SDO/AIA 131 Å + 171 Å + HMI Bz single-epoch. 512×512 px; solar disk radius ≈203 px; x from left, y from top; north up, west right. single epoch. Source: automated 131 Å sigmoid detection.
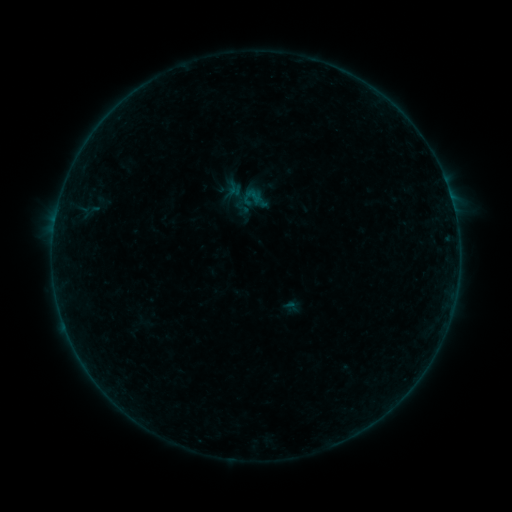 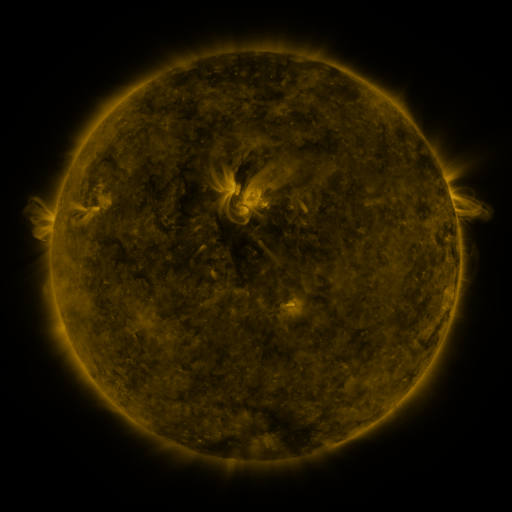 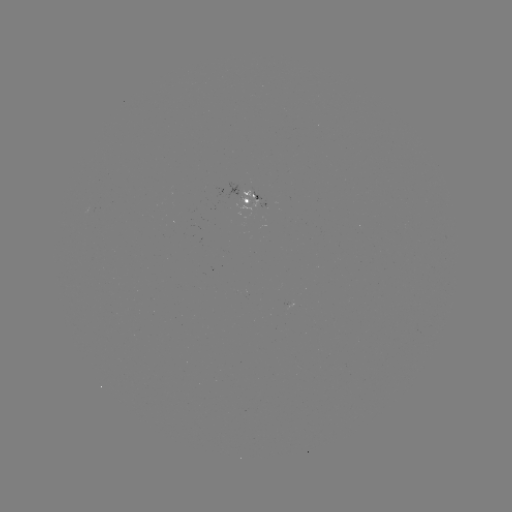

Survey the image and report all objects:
sigmoid: (255, 199)
